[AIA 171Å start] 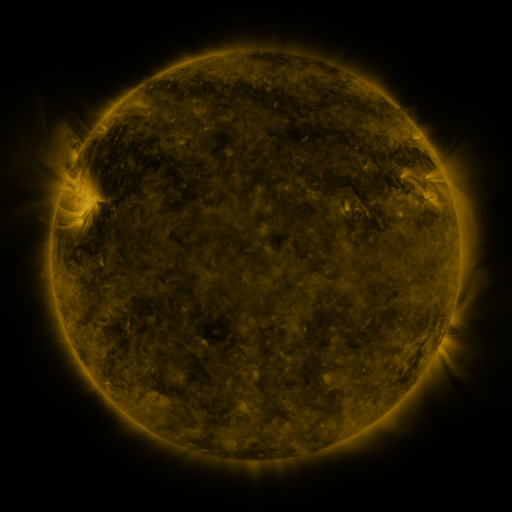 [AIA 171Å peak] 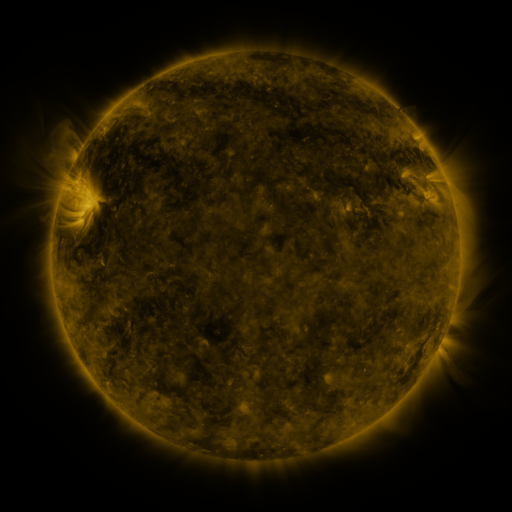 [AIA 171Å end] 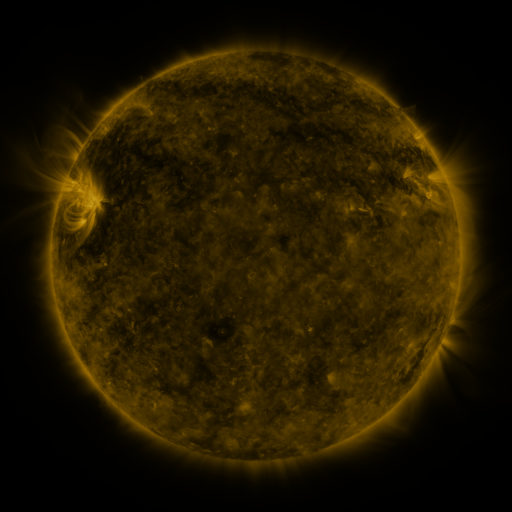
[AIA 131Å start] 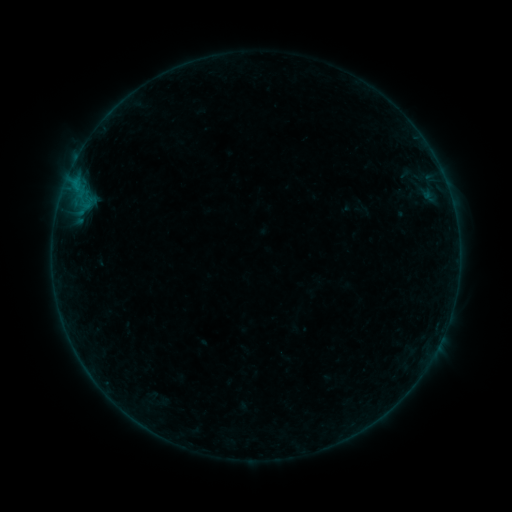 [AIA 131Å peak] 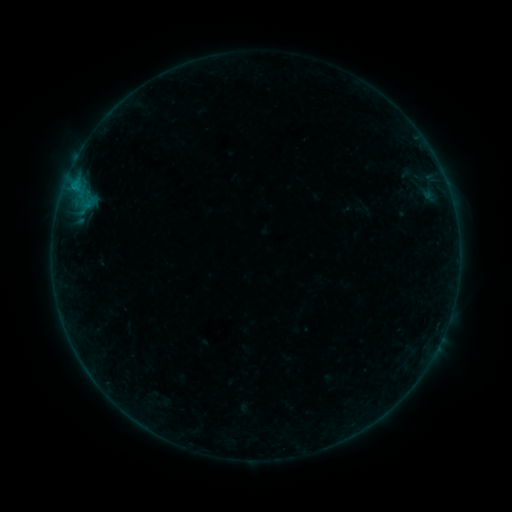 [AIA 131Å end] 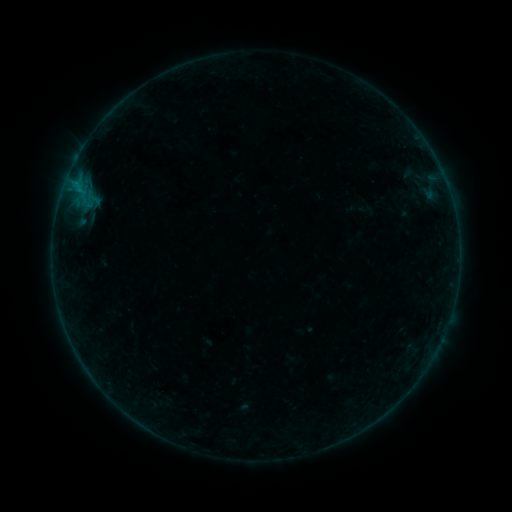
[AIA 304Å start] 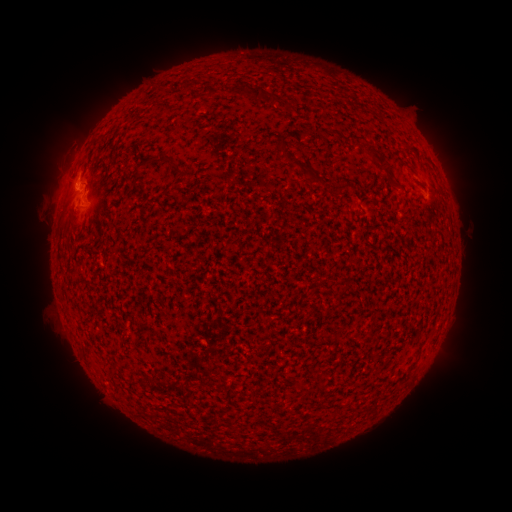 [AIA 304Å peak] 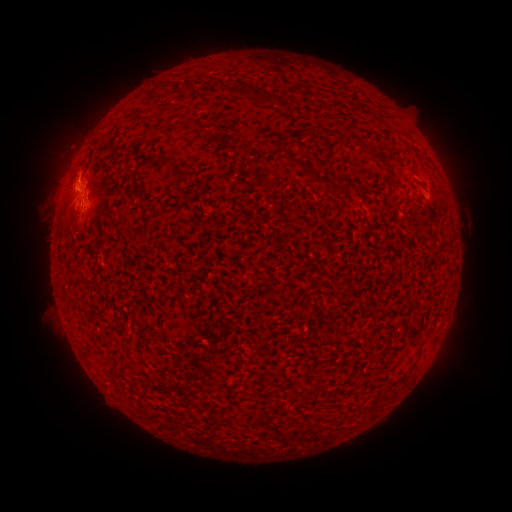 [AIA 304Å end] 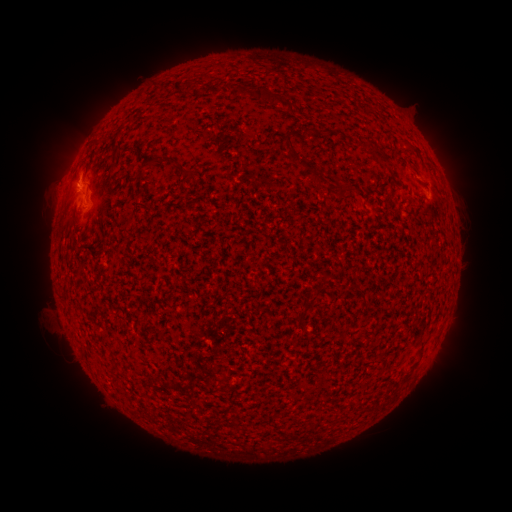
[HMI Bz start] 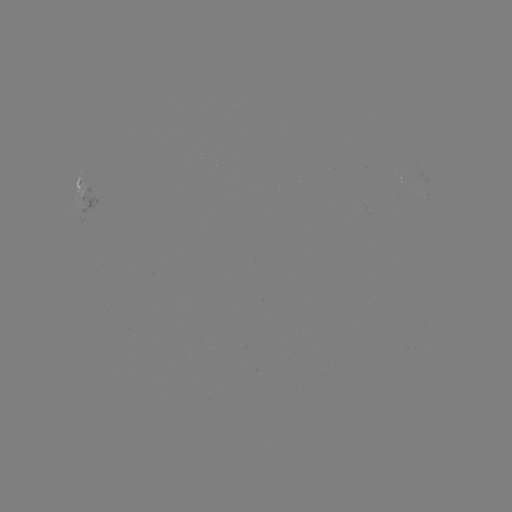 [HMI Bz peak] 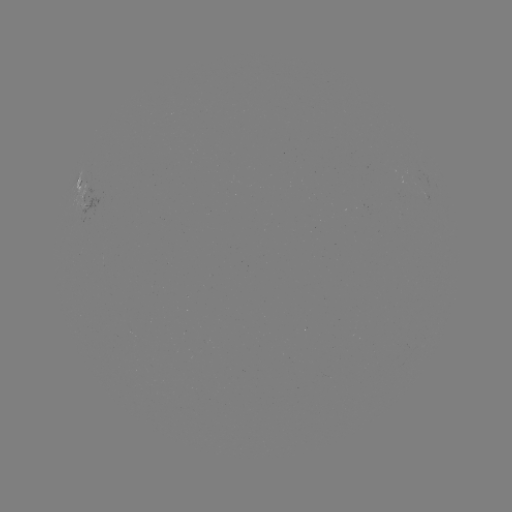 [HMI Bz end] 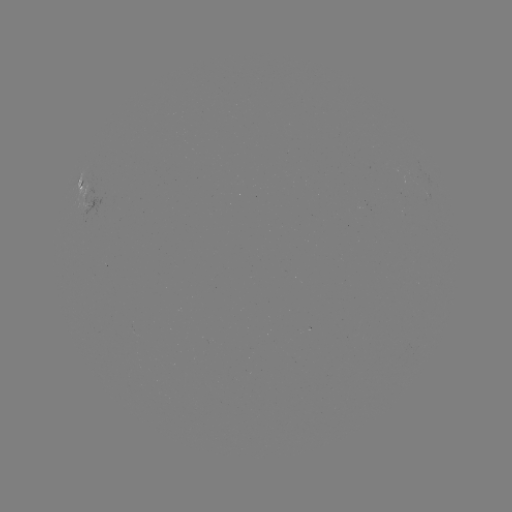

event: flare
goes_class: B4.1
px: (70, 193)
